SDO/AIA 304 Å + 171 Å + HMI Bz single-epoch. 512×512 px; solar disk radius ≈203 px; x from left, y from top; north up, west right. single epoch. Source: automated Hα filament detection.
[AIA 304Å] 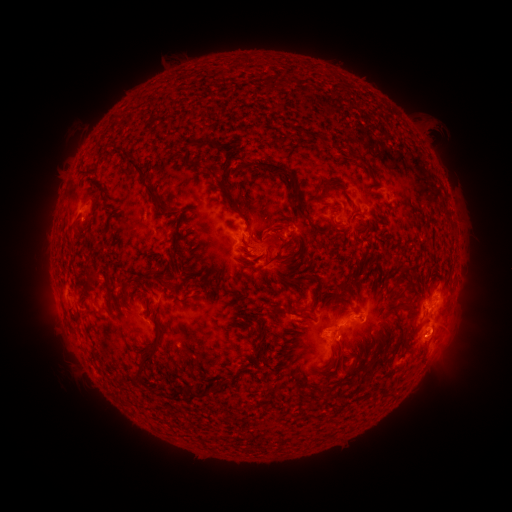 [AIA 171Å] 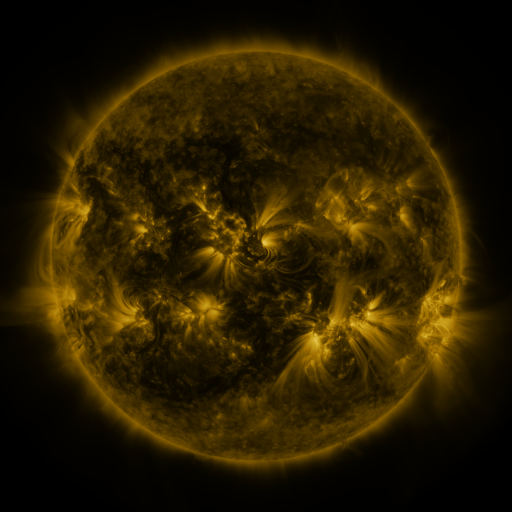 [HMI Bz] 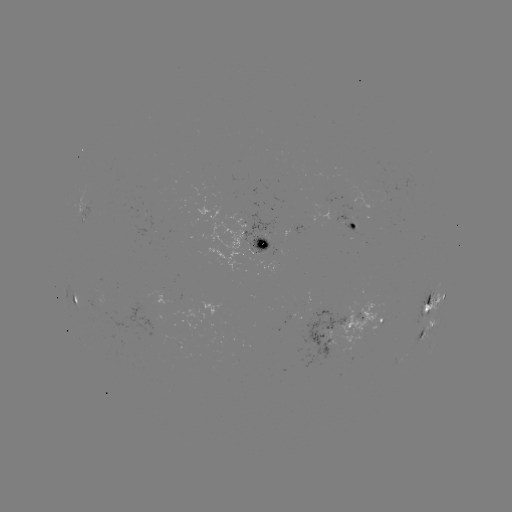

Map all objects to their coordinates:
filament: <bbox>192, 136, 210, 148</bbox>
filament: <bbox>110, 147, 130, 159</bbox>
filament: <bbox>346, 148, 364, 167</bbox>
filament: <bbox>125, 159, 144, 181</bbox>
filament: <bbox>249, 160, 298, 192</bbox>
filament: <bbox>234, 163, 243, 174</bbox>
filament: <bbox>204, 167, 250, 223</bbox>
filament: <bbox>314, 178, 347, 194</bbox>
filament: <bbox>141, 184, 169, 214</bbox>
filament: <bbox>84, 197, 95, 206</bbox>
filament: <bbox>289, 201, 308, 220</bbox>
filament: <bbox>316, 226, 327, 234</bbox>
filament: <bbox>169, 229, 179, 266</bbox>
filament: <bbox>253, 231, 291, 252</bbox>
filament: <bbox>240, 239, 250, 249</bbox>
filament: <bbox>266, 250, 282, 265</bbox>
filament: <bbox>252, 252, 265, 264</bbox>
filament: <bbox>394, 266, 410, 292</bbox>
filament: <bbox>147, 269, 157, 277</bbox>
filament: <bbox>86, 278, 97, 288</bbox>
filament: <bbox>333, 278, 356, 289</bbox>
filament: <bbox>317, 289, 324, 302</bbox>
filament: <bbox>400, 301, 414, 310</bbox>
filament: <bbox>291, 303, 310, 317</bbox>
filament: <bbox>332, 325, 341, 335</bbox>
filament: <bbox>138, 328, 163, 377</bbox>
filament: <bbox>257, 342, 268, 360</bbox>
filament: <bbox>361, 358, 377, 370</bbox>
filament: <bbox>130, 373, 142, 385</bbox>
filament: <bbox>188, 384, 222, 400</bbox>
